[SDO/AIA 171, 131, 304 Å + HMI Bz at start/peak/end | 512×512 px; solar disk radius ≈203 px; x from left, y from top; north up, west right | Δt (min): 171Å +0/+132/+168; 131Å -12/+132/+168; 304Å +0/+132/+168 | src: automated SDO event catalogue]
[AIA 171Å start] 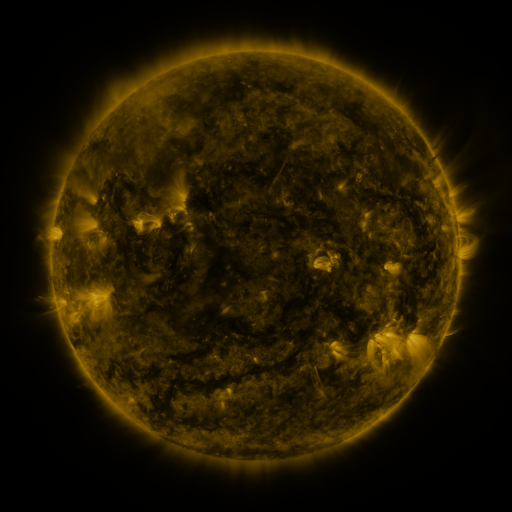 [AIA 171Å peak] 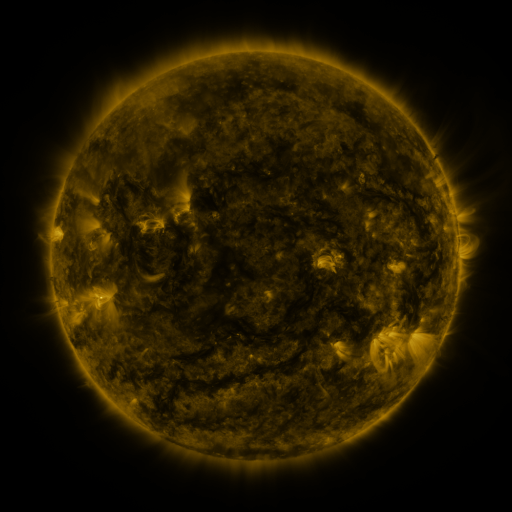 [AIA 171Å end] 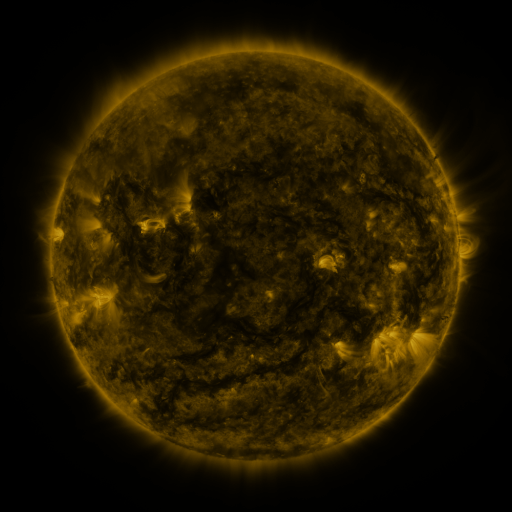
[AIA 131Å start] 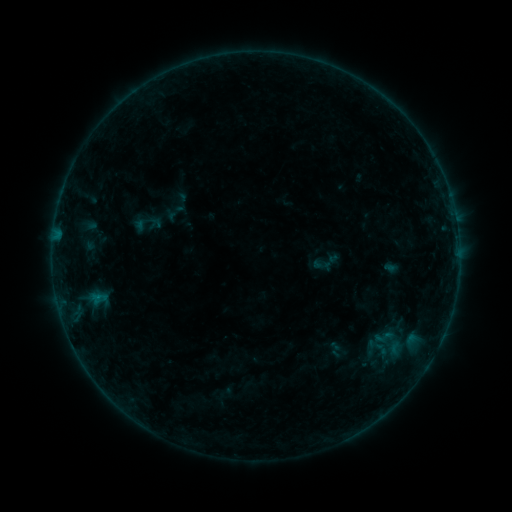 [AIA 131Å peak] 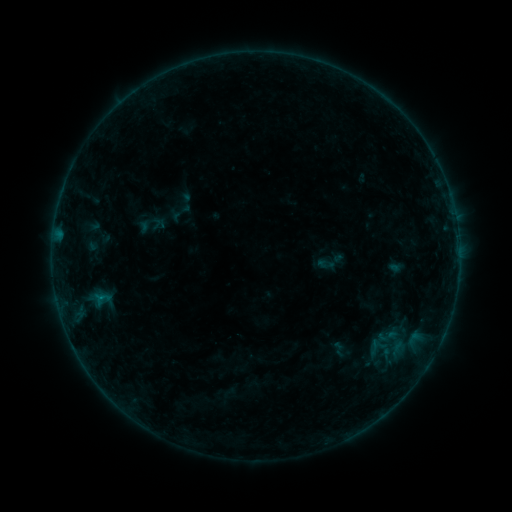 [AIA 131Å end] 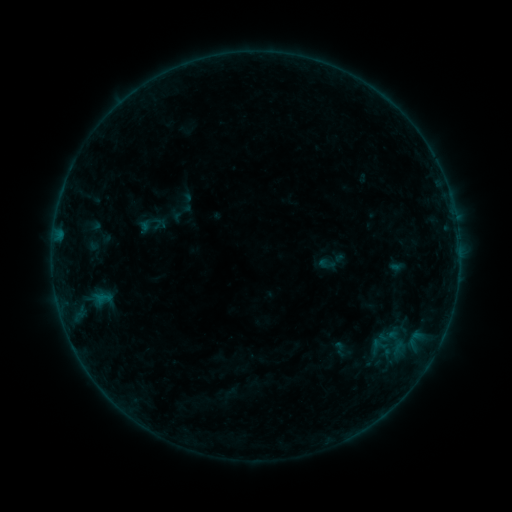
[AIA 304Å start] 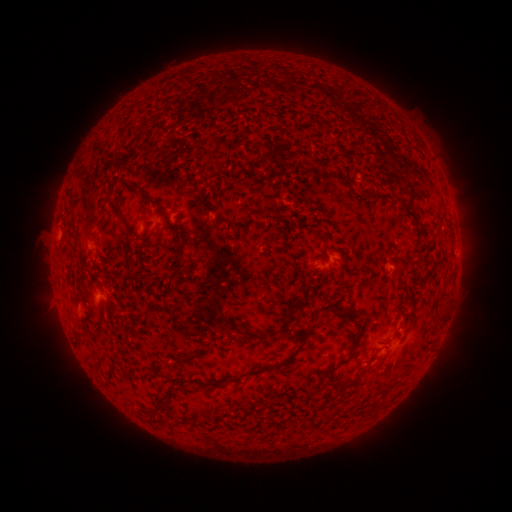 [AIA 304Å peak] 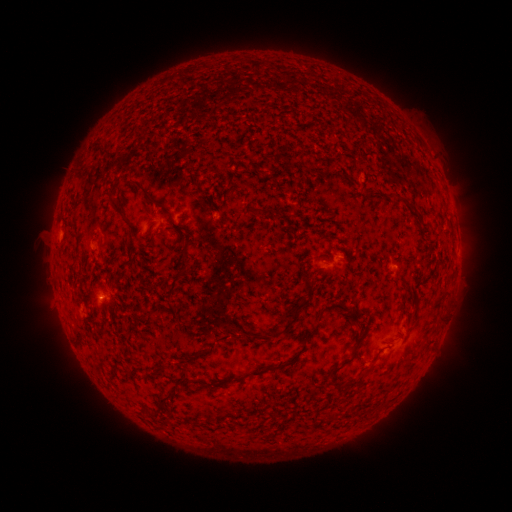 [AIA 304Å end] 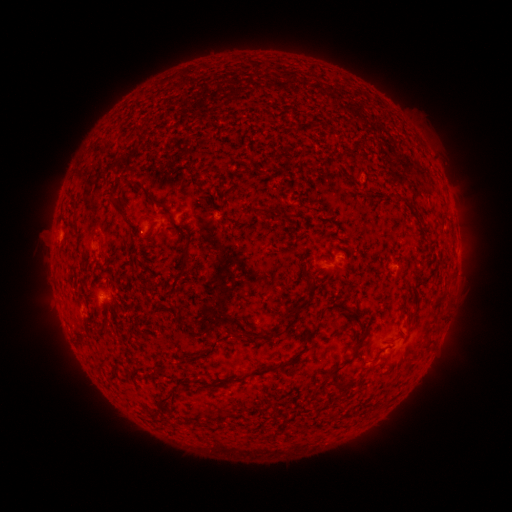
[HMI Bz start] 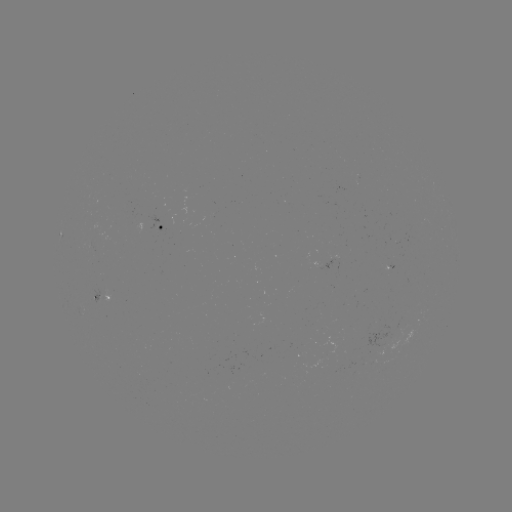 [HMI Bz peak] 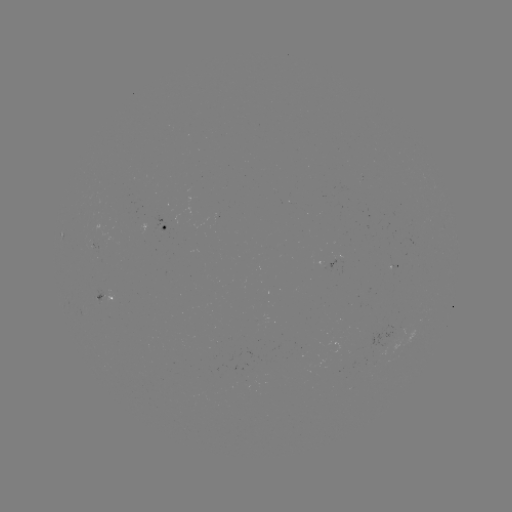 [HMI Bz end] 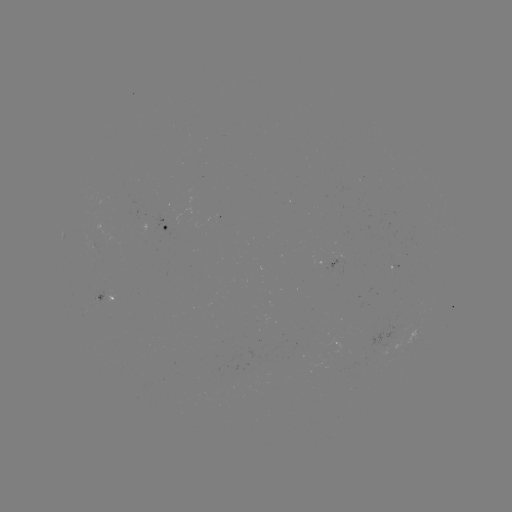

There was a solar emerging-flux region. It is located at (100, 299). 